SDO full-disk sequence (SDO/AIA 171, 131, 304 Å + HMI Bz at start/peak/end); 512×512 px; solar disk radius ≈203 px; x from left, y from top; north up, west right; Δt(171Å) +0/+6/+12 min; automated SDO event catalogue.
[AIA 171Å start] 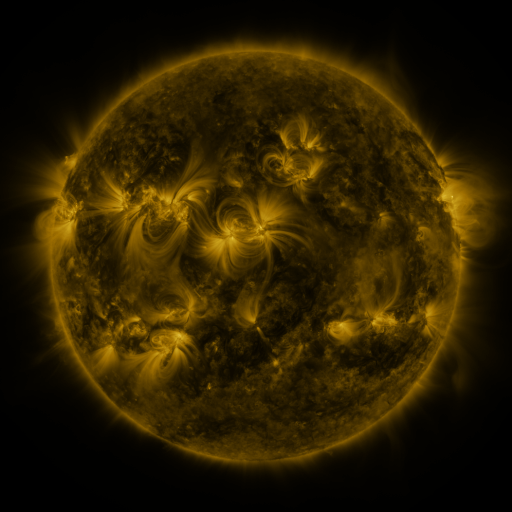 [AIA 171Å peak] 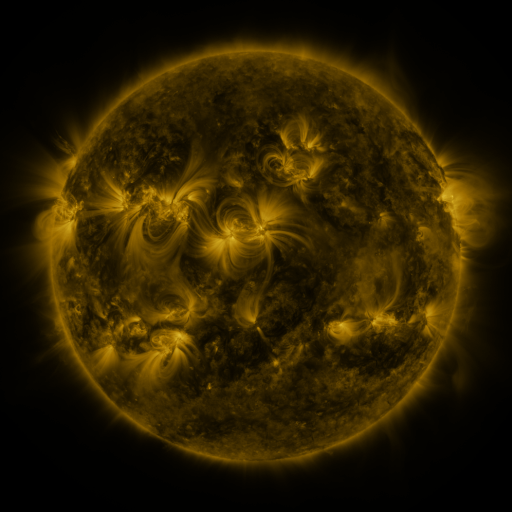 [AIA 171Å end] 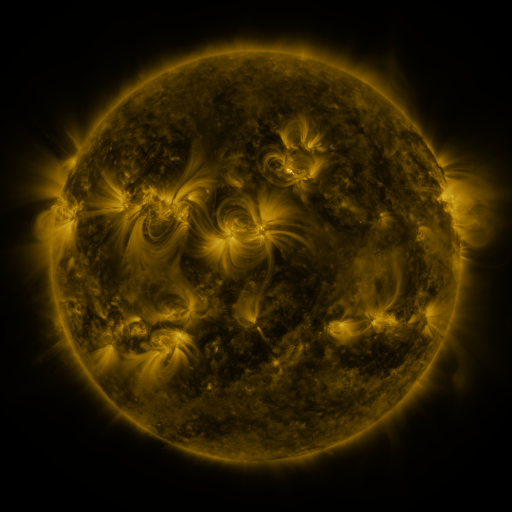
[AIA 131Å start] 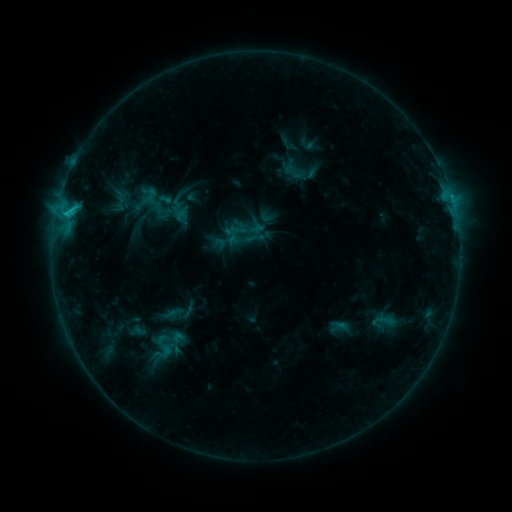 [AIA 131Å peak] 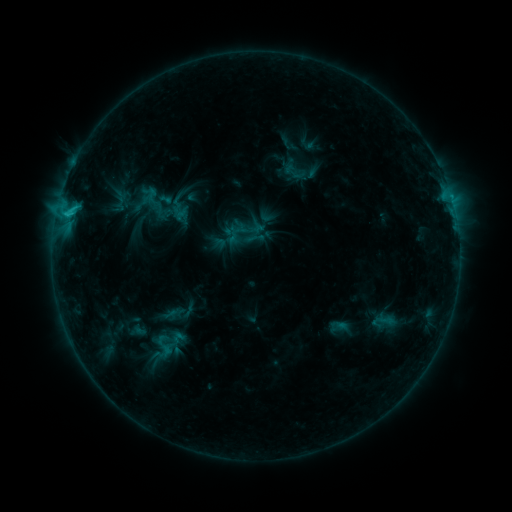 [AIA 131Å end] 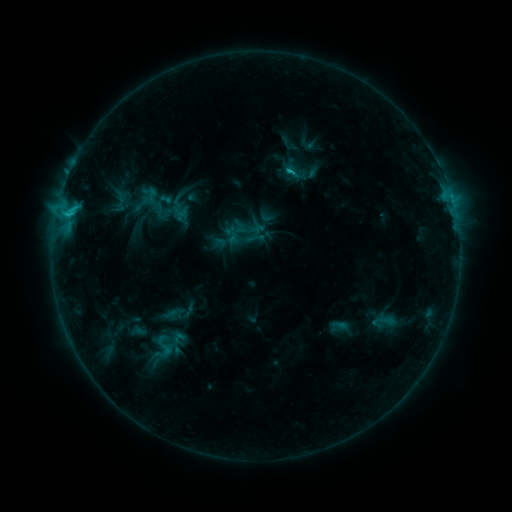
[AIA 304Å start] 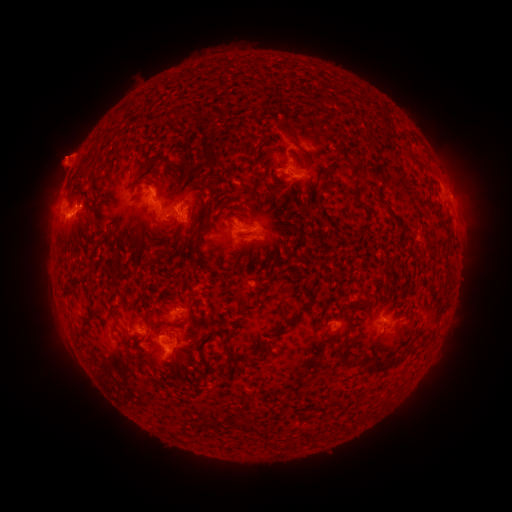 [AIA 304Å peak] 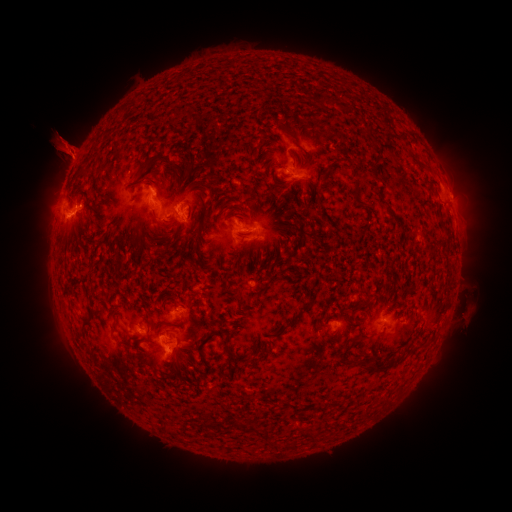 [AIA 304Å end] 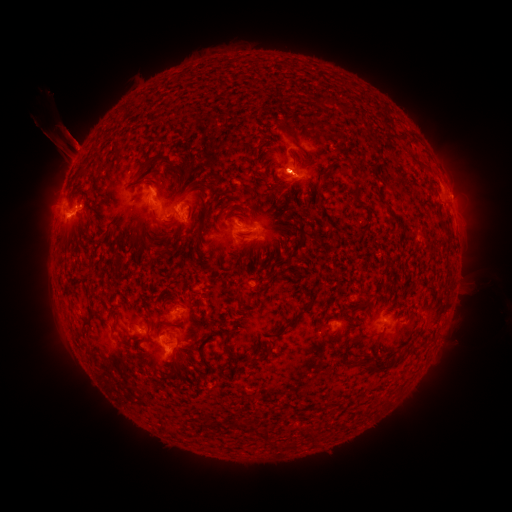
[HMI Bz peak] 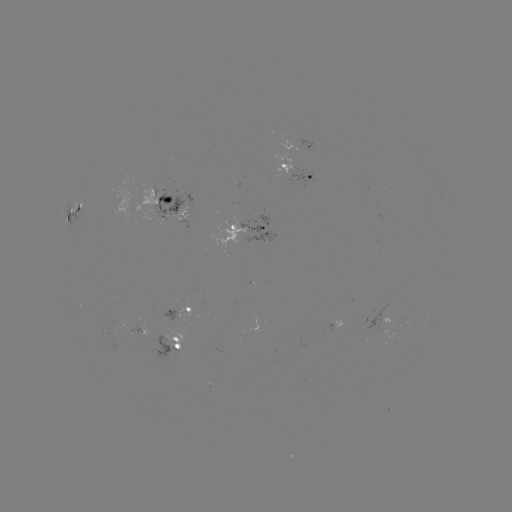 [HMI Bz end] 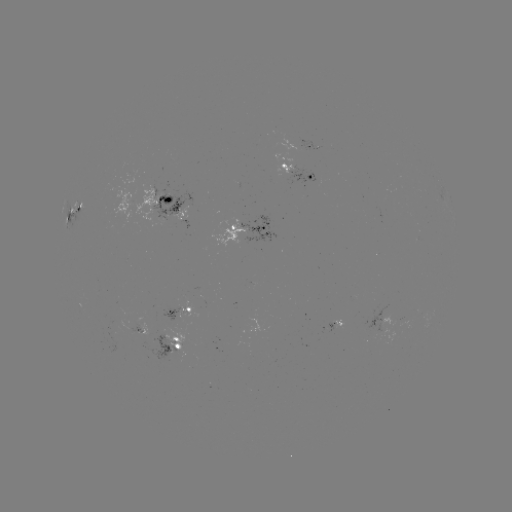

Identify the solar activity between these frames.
eruption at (473, 304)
